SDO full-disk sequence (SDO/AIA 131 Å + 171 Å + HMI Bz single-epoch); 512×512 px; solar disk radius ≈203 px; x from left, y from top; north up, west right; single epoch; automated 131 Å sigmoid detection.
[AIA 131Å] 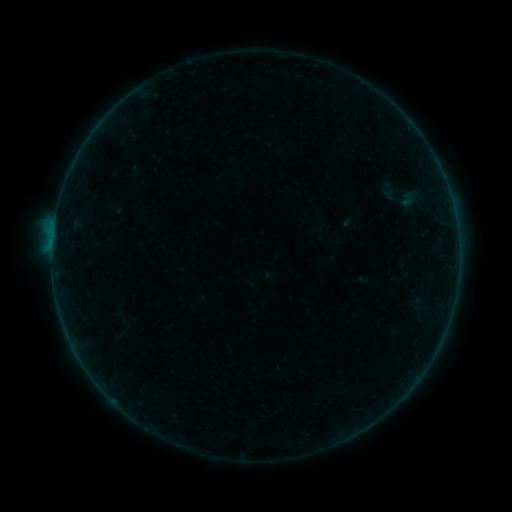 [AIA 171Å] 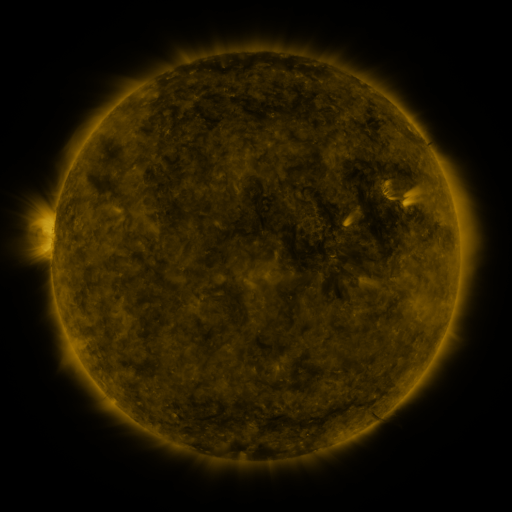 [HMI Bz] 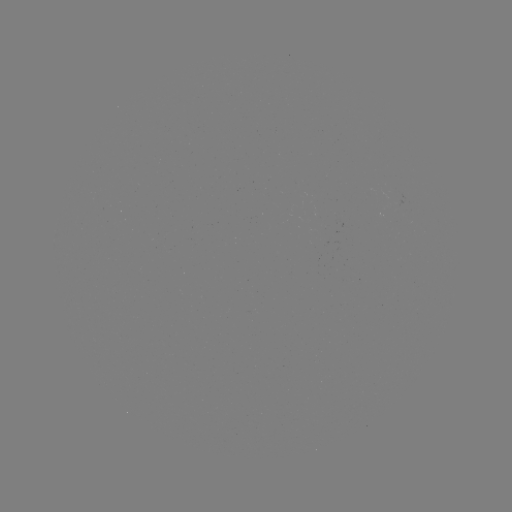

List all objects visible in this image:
sigmoid: (389, 189)
